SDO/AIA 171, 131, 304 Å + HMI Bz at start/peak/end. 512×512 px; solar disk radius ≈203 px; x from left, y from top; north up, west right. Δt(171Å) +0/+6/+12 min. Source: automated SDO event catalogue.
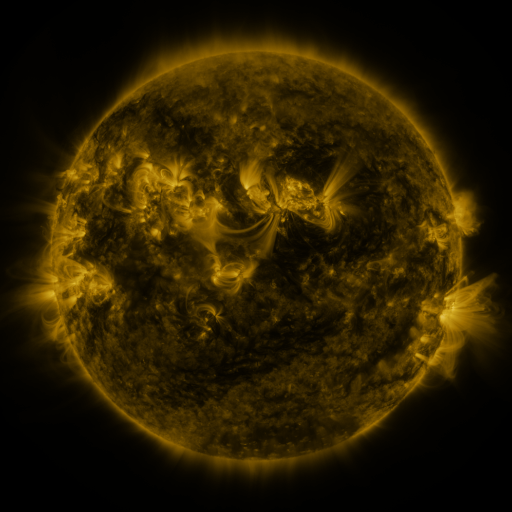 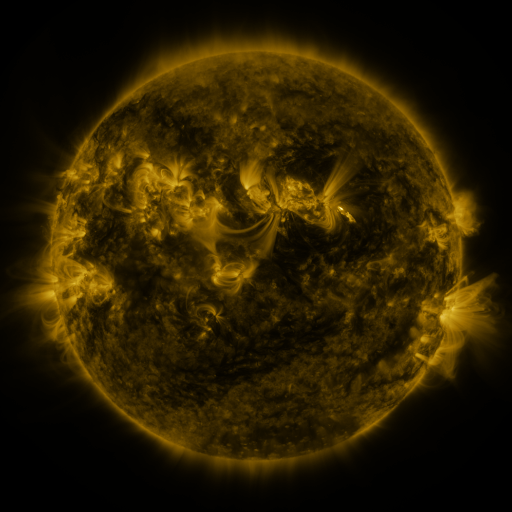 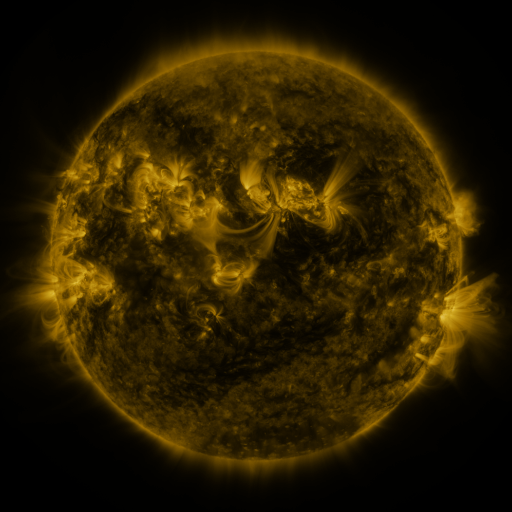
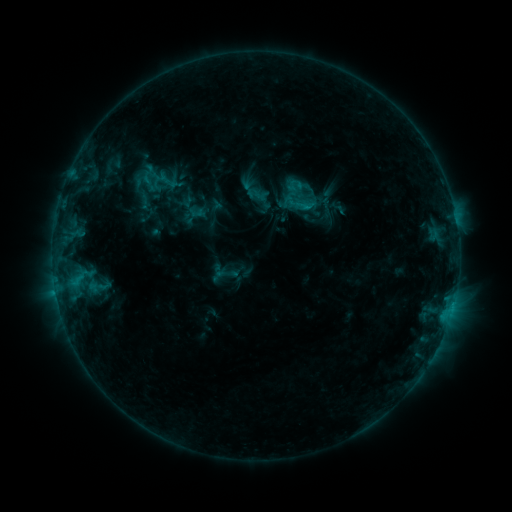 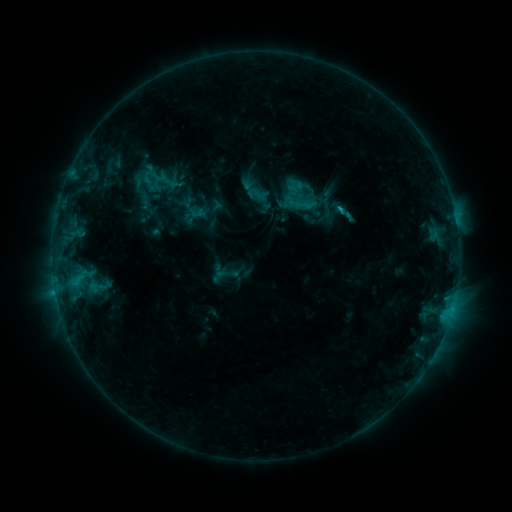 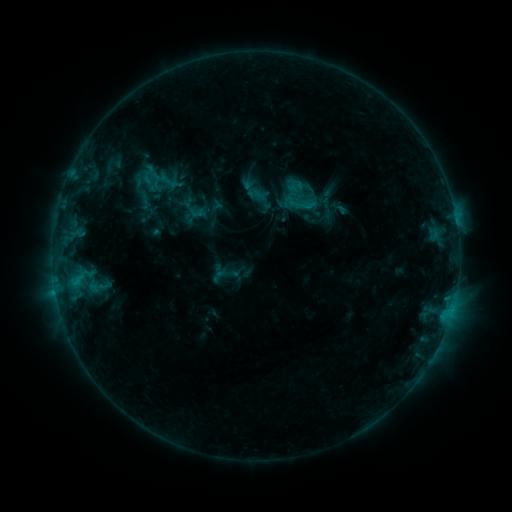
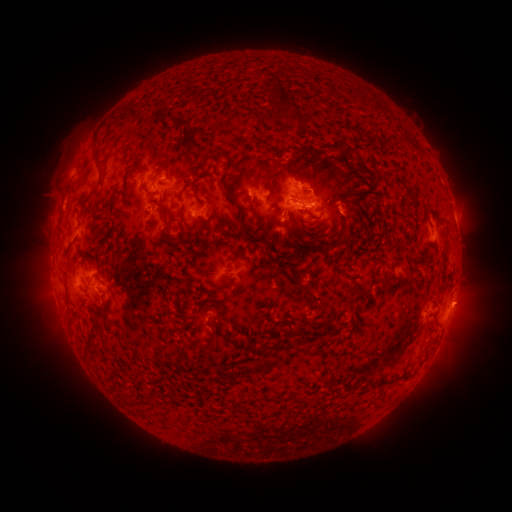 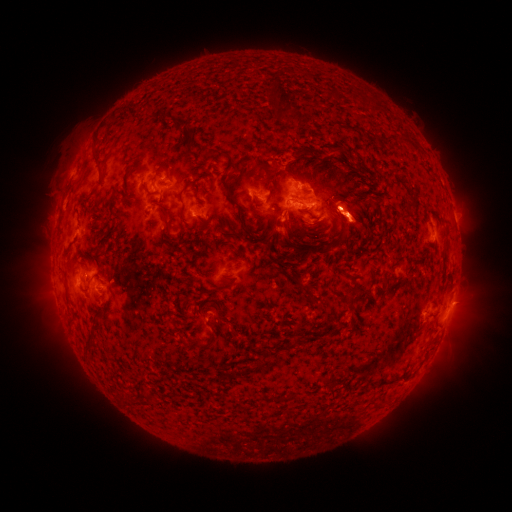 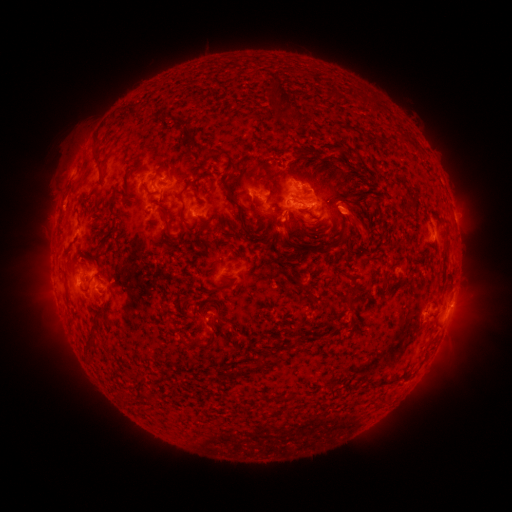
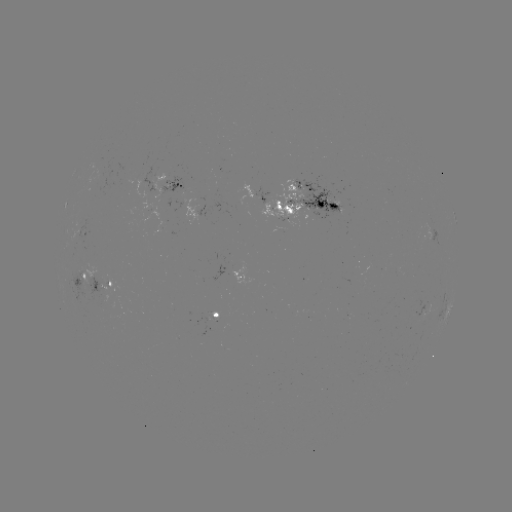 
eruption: <bbox>329, 187, 386, 250</bbox>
